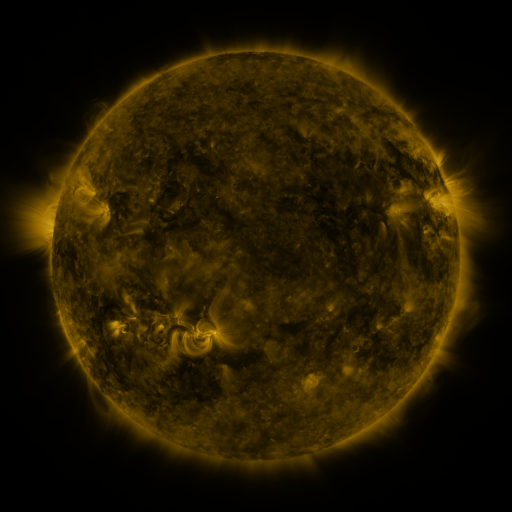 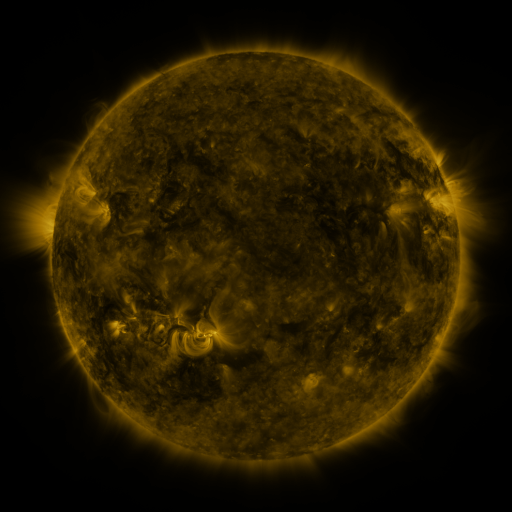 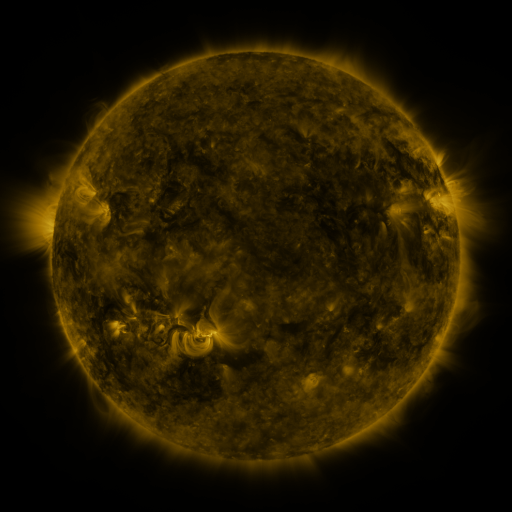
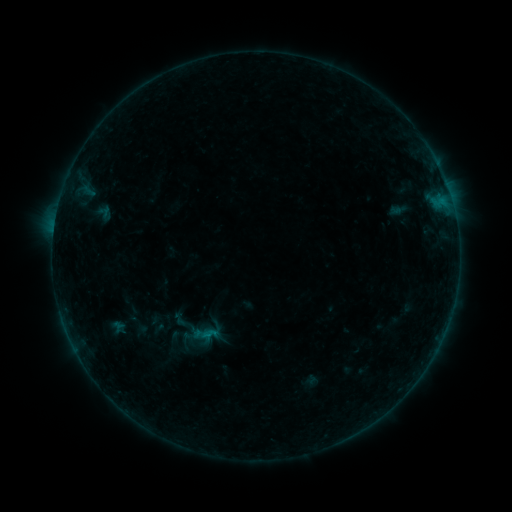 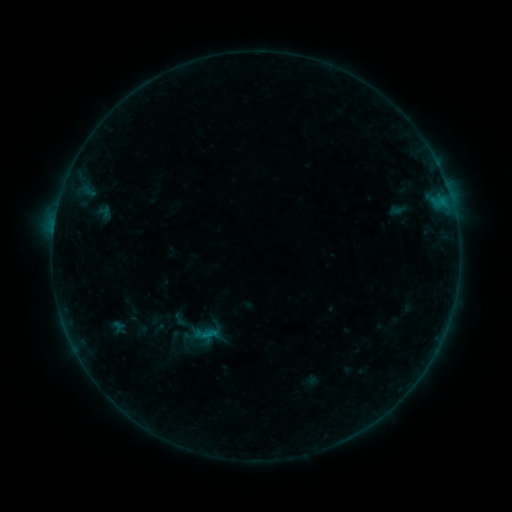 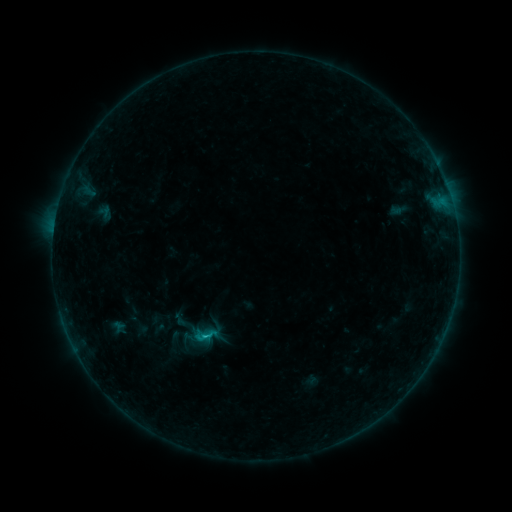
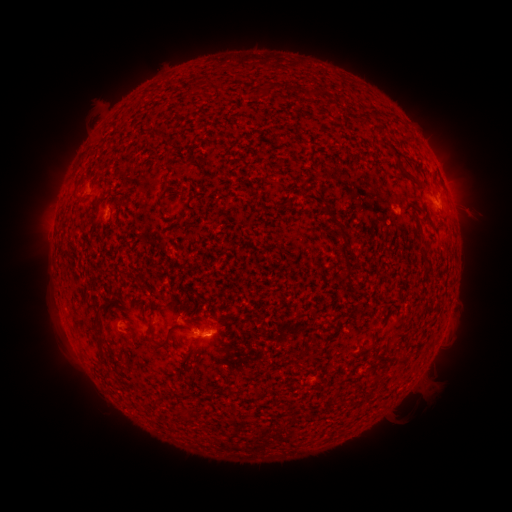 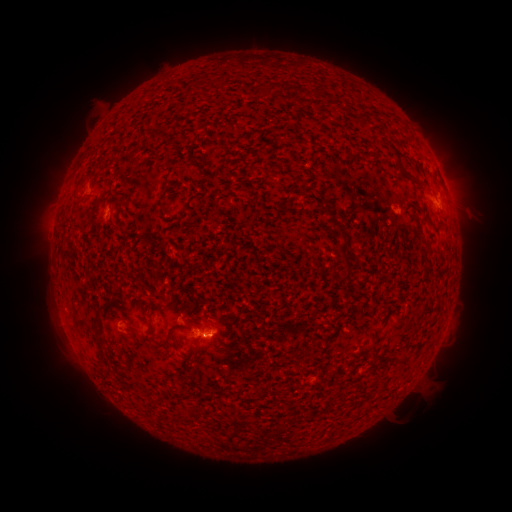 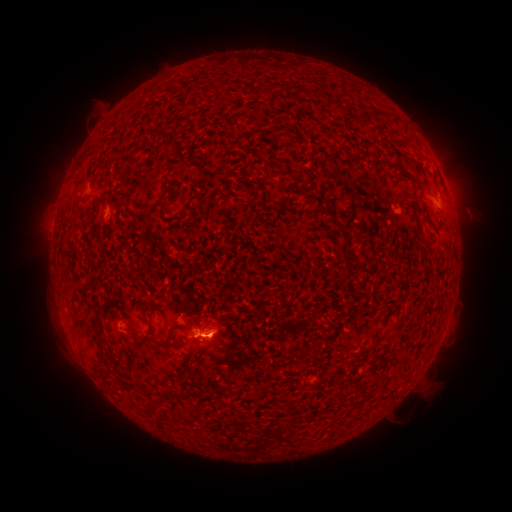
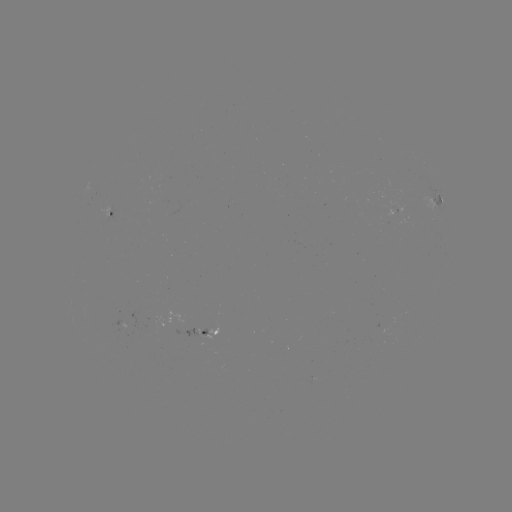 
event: flare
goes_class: B6.1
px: (209, 334)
